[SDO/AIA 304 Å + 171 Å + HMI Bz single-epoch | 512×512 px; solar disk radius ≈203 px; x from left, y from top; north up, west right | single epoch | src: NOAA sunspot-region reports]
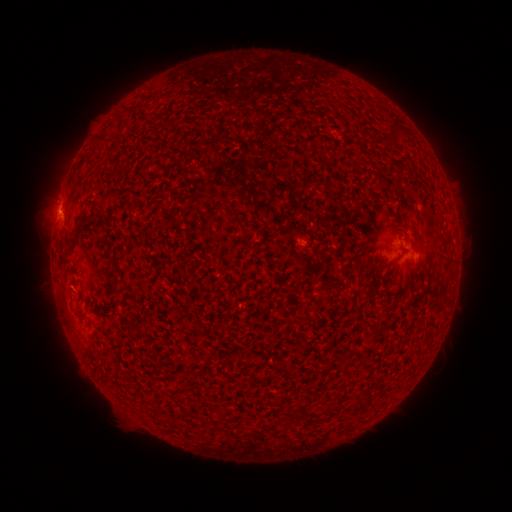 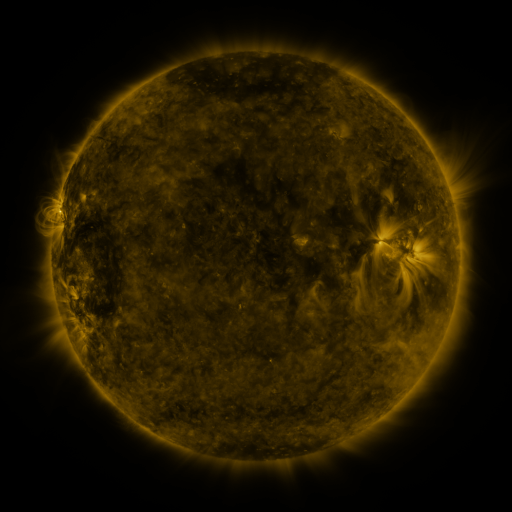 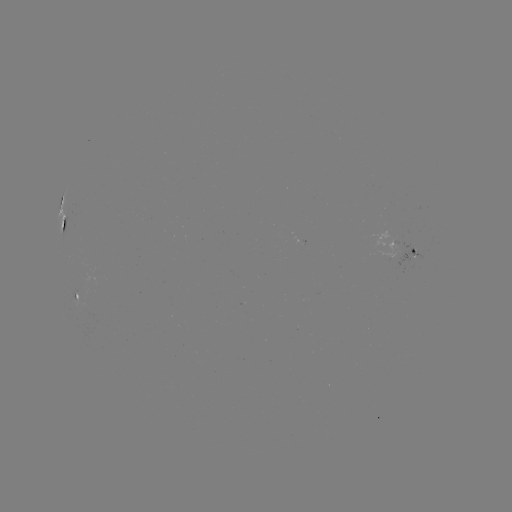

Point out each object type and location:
spotted active region: (68, 225)
spotted active region: (411, 251)
spotted active region: (77, 295)
